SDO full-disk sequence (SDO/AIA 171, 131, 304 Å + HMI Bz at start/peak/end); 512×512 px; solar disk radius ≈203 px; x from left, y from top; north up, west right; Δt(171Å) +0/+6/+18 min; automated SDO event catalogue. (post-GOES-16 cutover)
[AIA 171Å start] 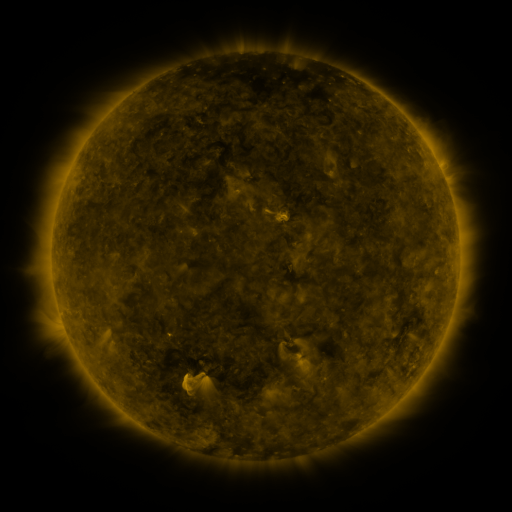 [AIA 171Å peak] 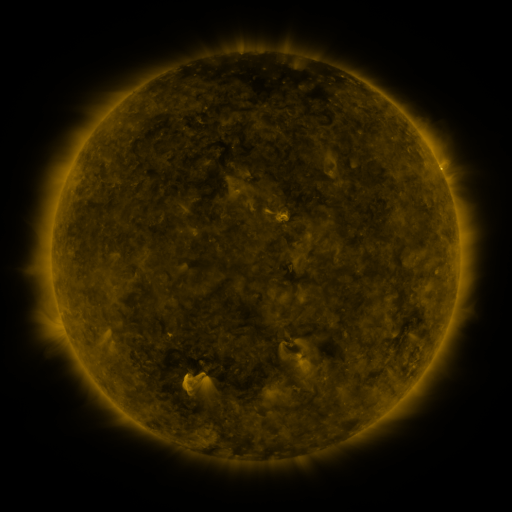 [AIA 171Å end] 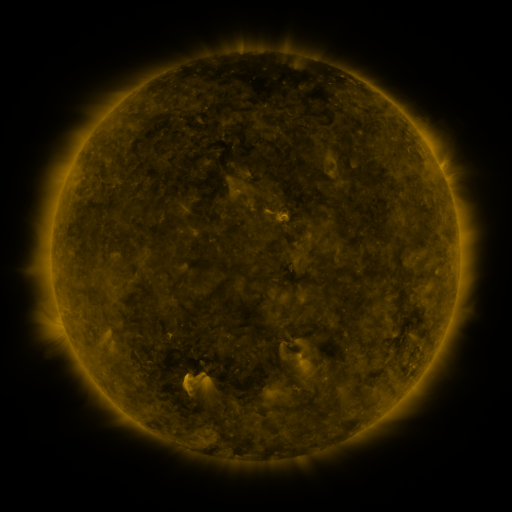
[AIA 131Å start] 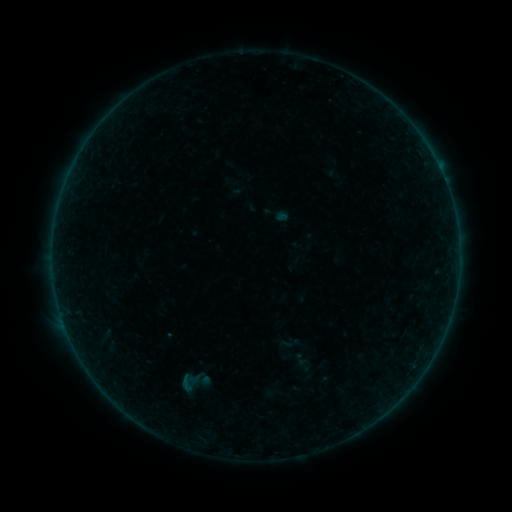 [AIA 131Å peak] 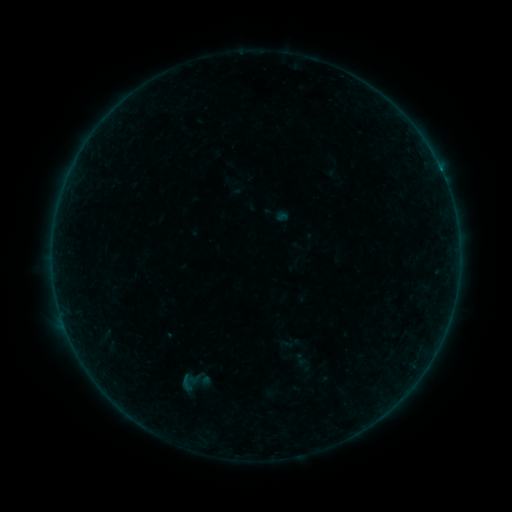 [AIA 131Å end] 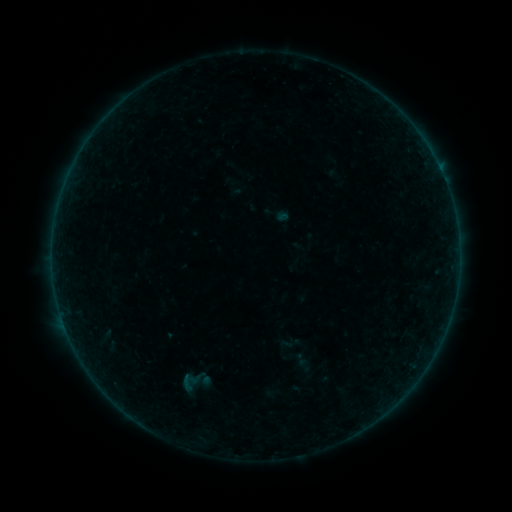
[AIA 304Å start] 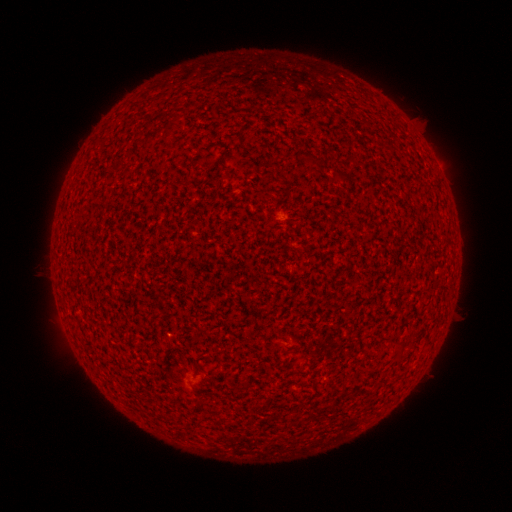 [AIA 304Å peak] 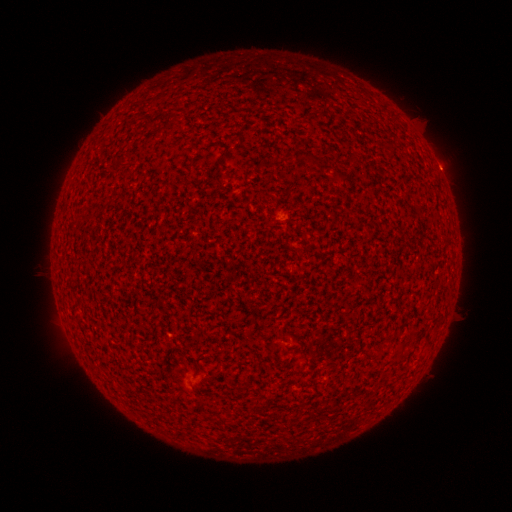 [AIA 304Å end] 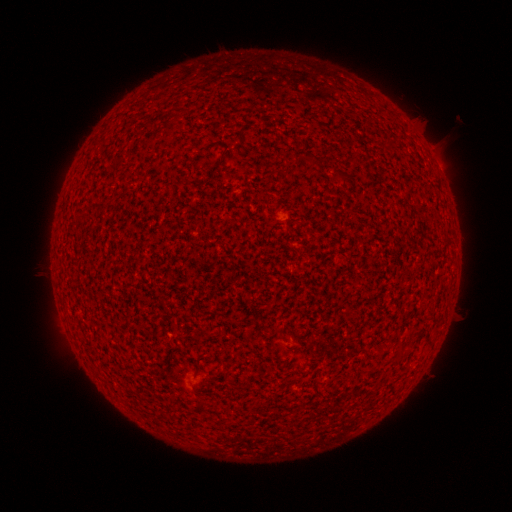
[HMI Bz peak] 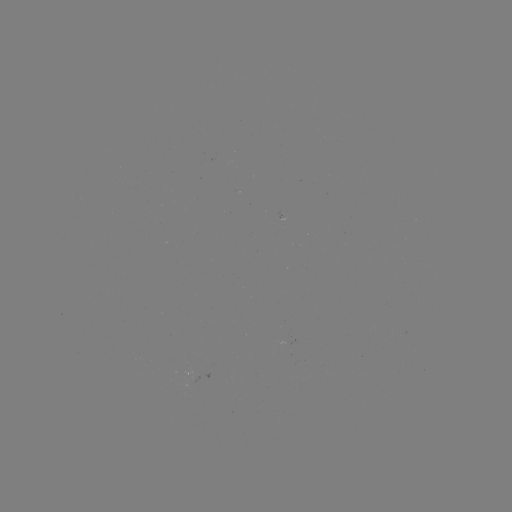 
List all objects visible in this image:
B1.0 flare: (441, 175)
